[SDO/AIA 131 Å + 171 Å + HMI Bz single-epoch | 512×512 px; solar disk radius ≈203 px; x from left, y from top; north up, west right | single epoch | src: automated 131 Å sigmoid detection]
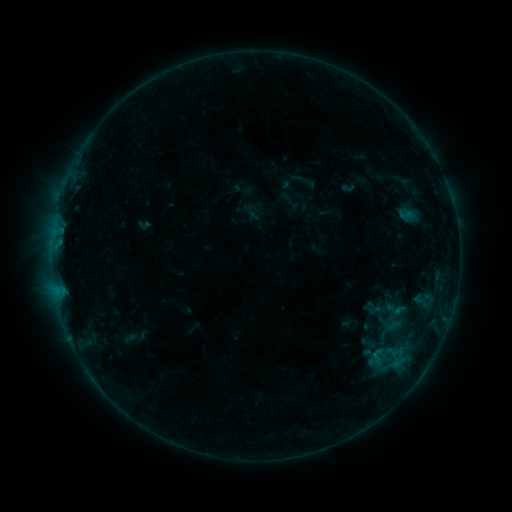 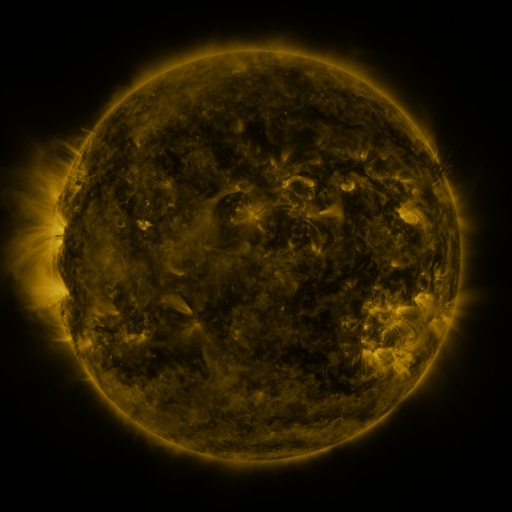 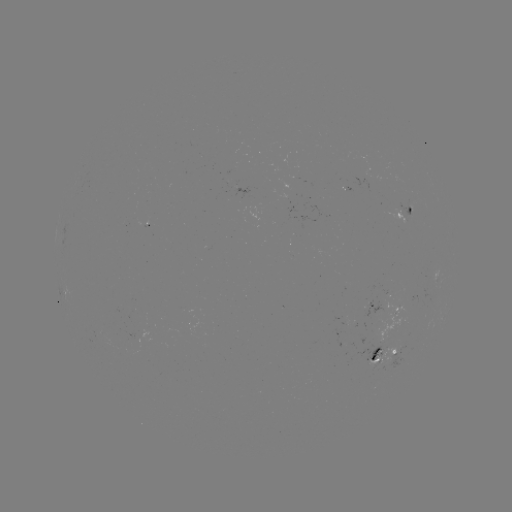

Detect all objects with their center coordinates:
sigmoid: (406, 215)
sigmoid: (378, 356)
